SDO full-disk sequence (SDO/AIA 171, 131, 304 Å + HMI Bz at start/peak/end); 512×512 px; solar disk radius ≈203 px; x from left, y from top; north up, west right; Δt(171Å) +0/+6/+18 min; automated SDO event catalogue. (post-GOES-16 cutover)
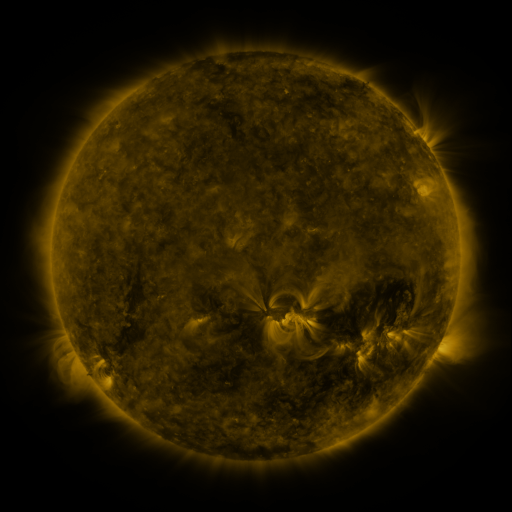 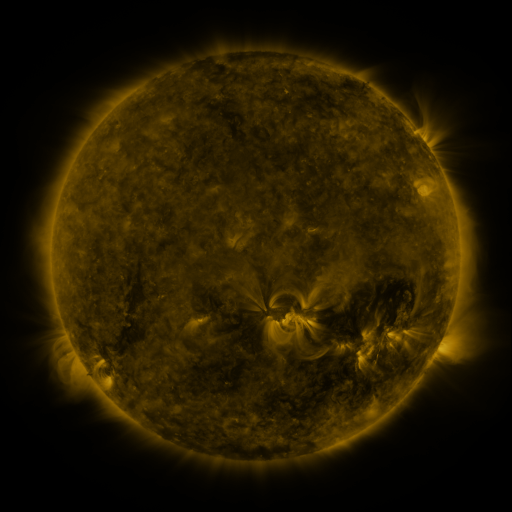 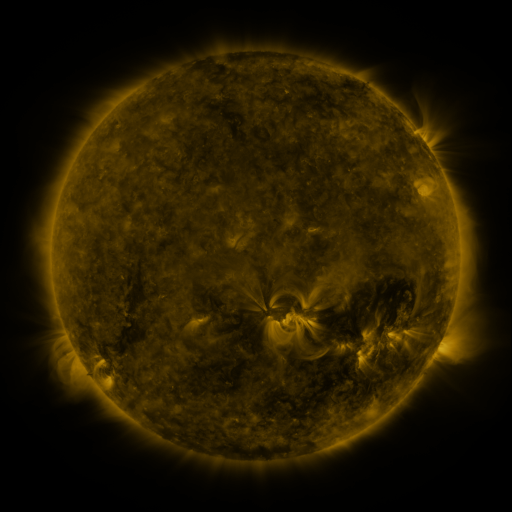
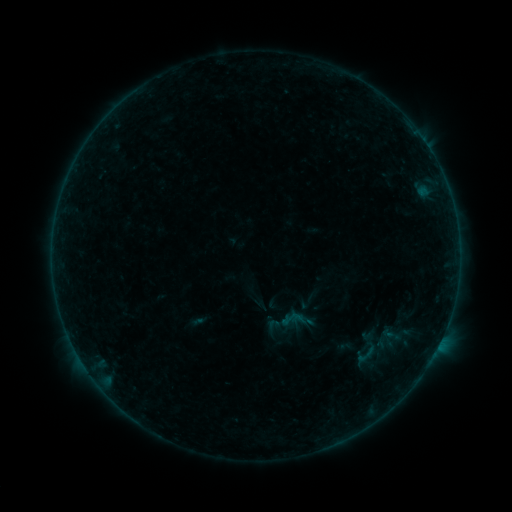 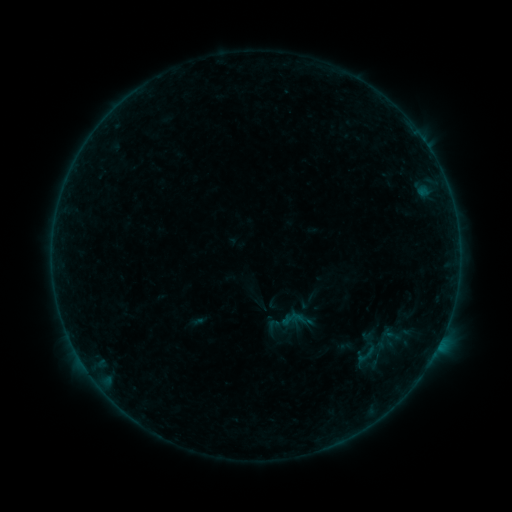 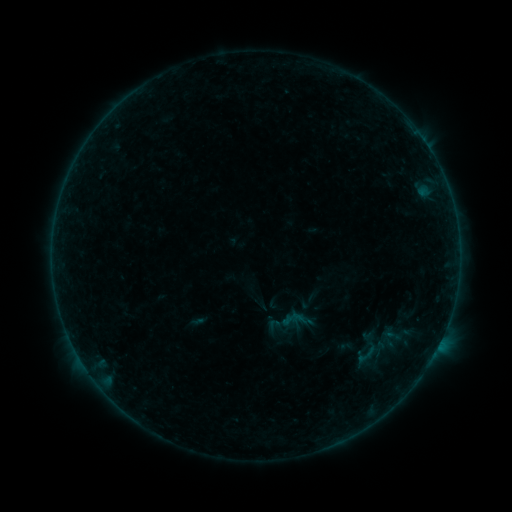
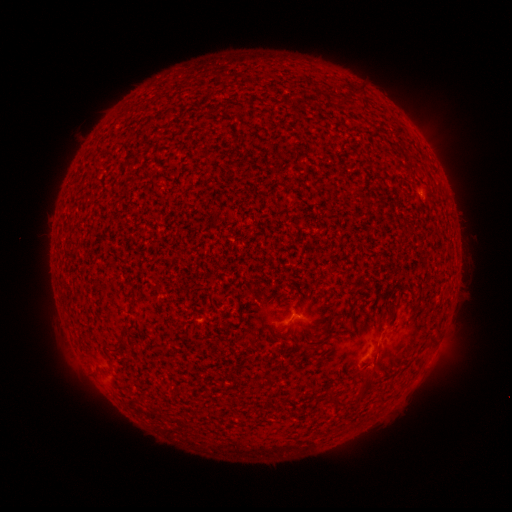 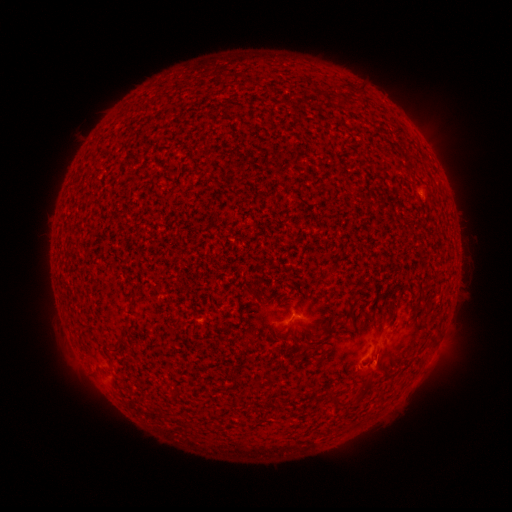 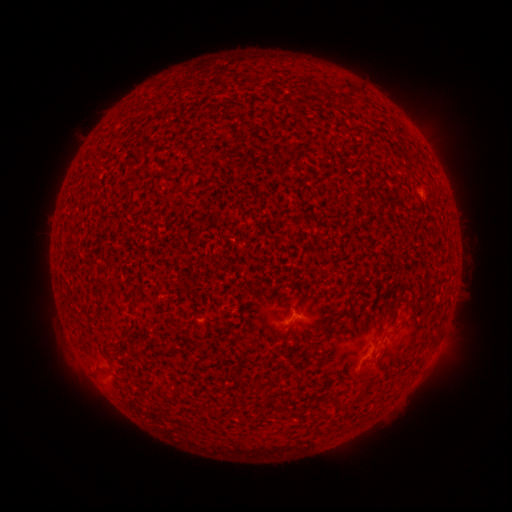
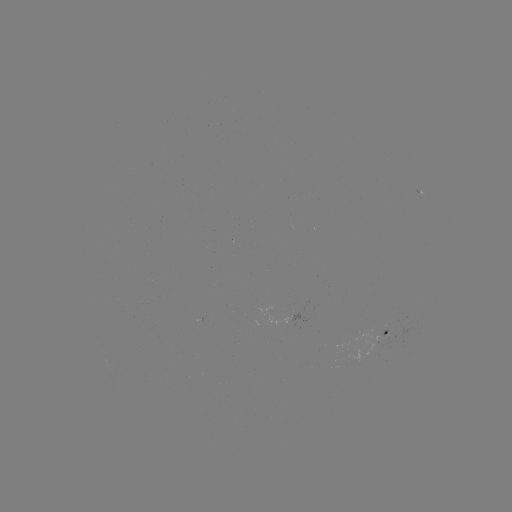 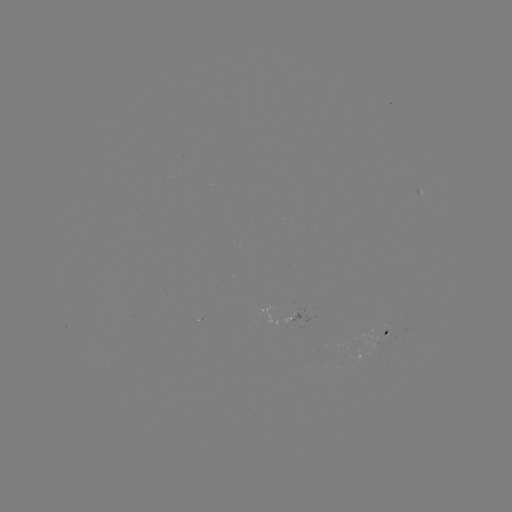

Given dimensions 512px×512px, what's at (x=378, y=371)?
eruption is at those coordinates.